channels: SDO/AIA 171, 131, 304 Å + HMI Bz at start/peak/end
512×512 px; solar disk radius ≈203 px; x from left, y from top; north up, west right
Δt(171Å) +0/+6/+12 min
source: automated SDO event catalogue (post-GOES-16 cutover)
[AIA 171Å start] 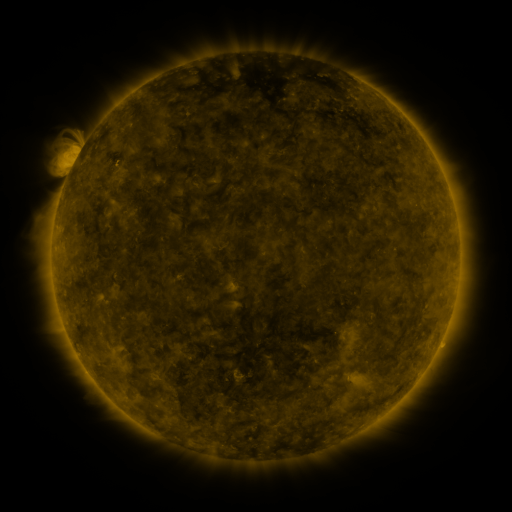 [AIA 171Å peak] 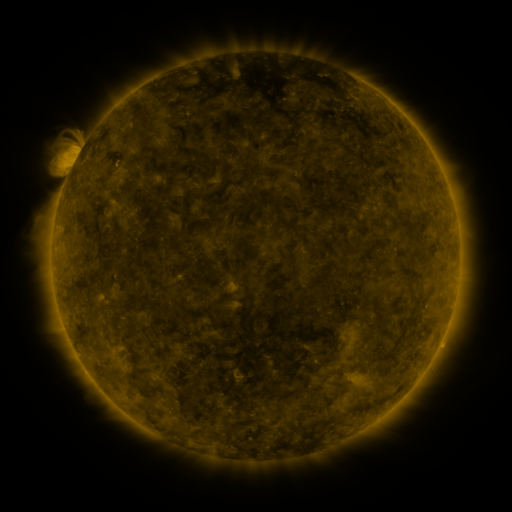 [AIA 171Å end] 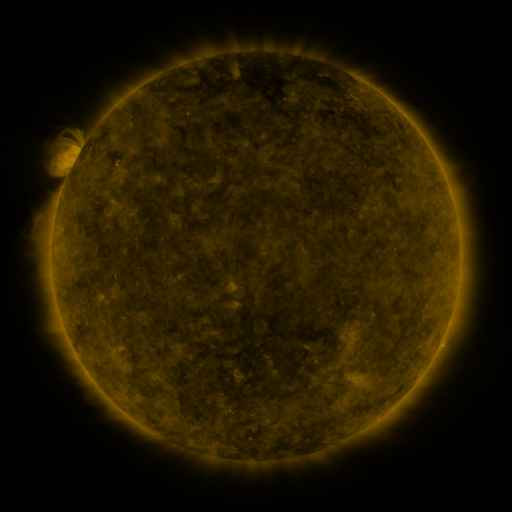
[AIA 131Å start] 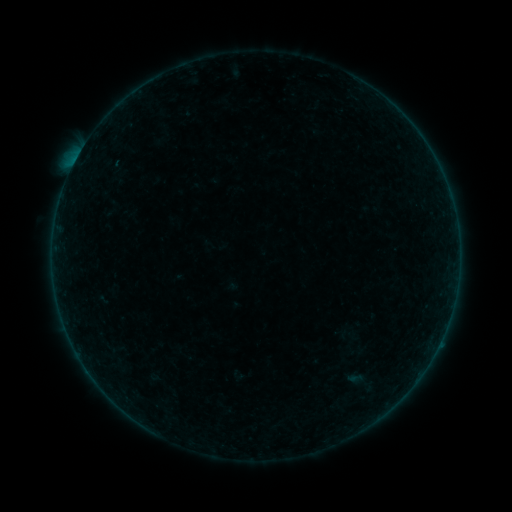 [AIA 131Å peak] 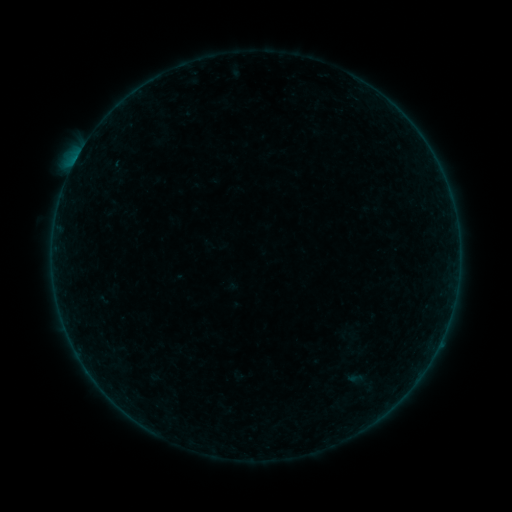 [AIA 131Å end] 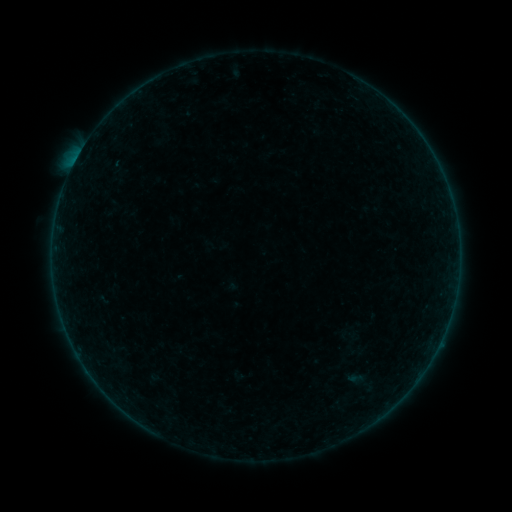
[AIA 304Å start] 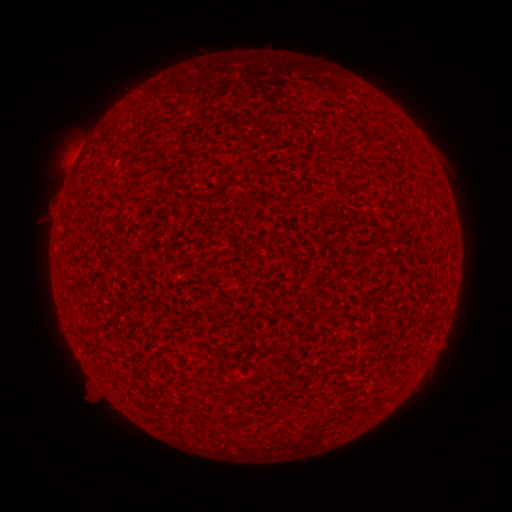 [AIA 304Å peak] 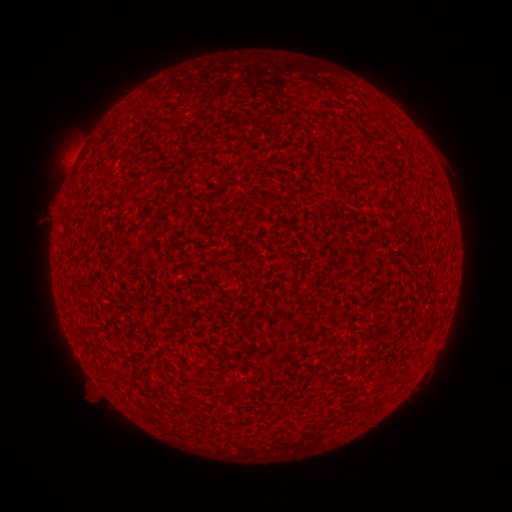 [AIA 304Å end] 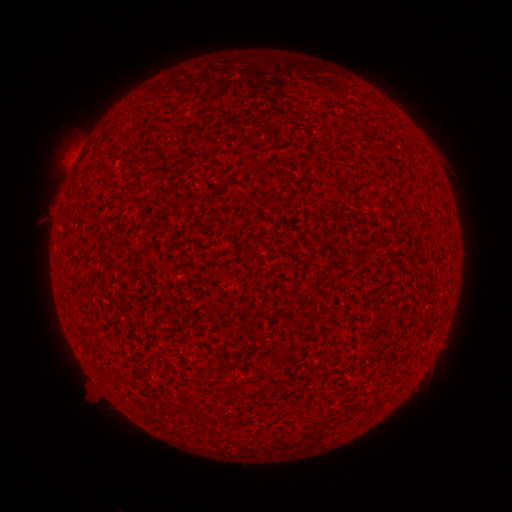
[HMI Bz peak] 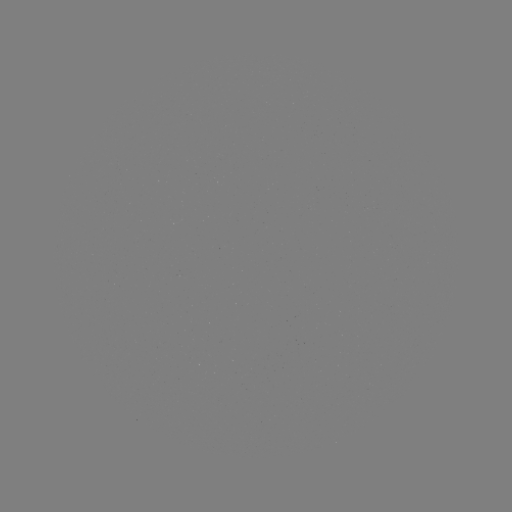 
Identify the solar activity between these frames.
A8.8 flare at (76, 162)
